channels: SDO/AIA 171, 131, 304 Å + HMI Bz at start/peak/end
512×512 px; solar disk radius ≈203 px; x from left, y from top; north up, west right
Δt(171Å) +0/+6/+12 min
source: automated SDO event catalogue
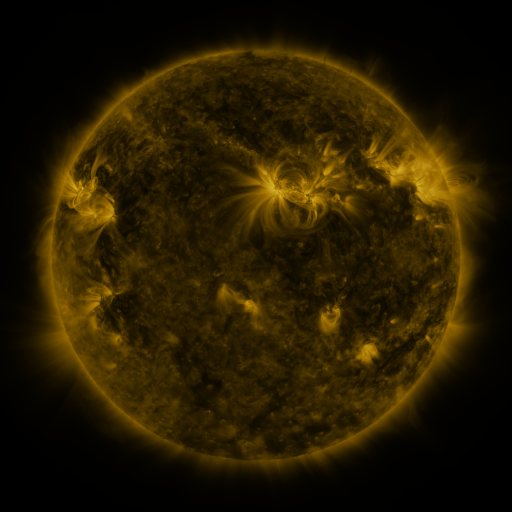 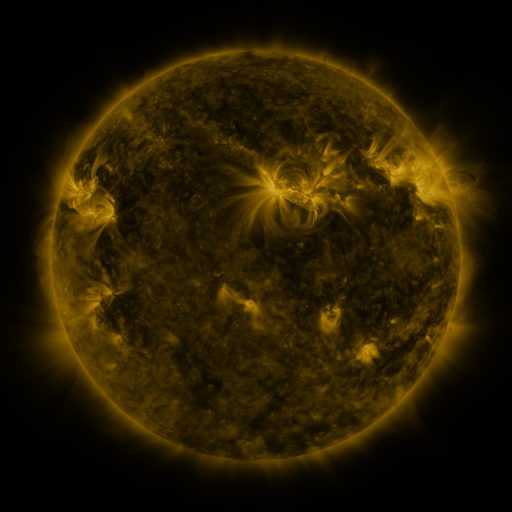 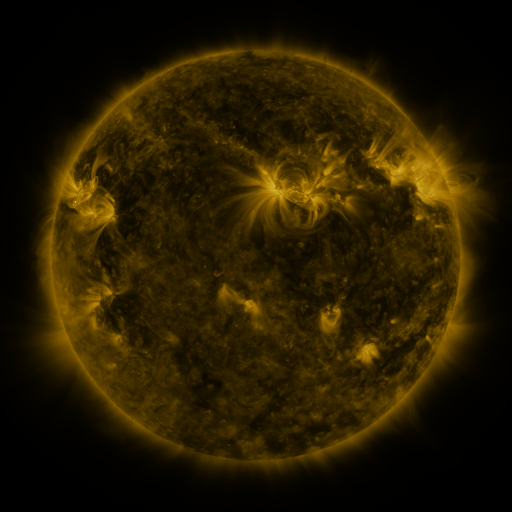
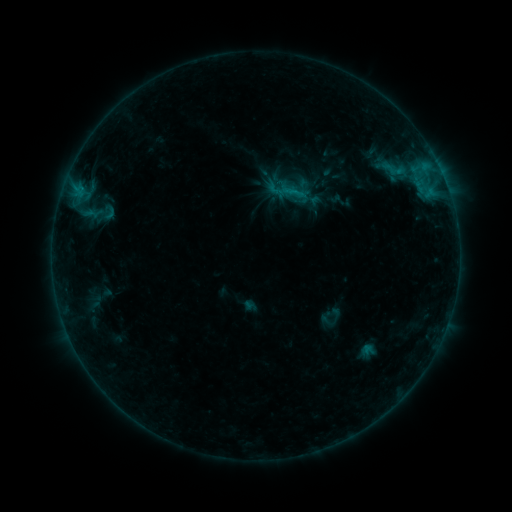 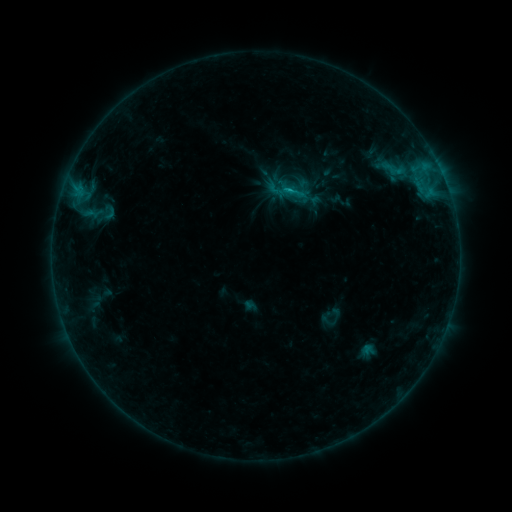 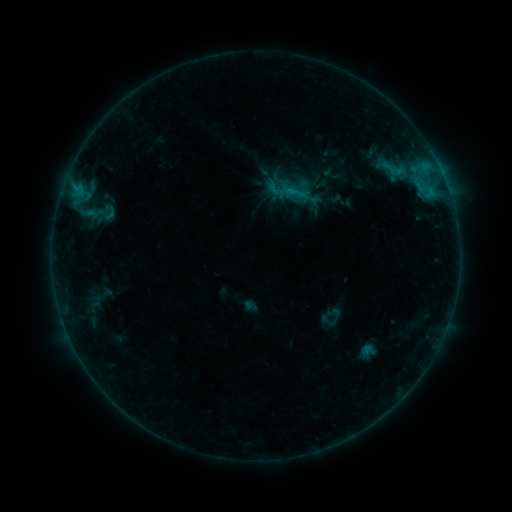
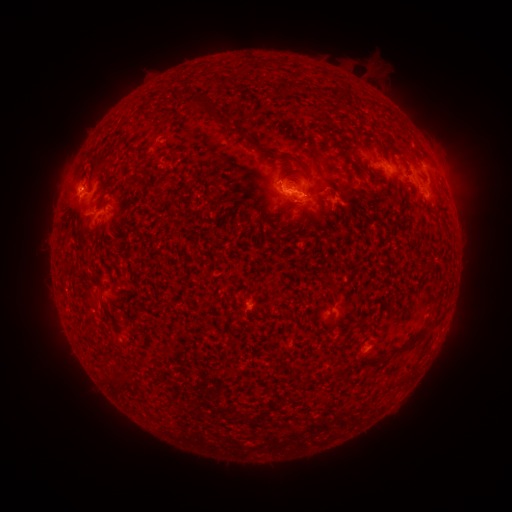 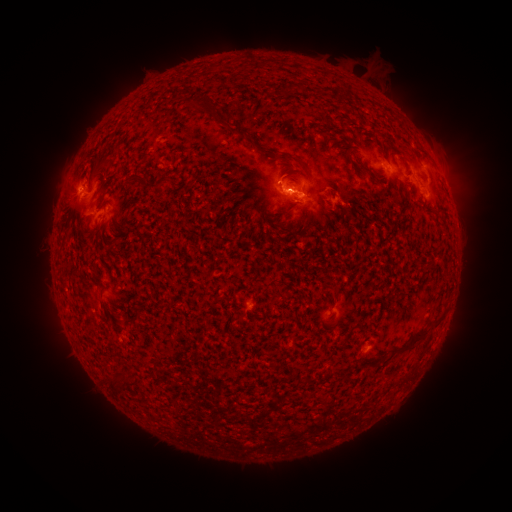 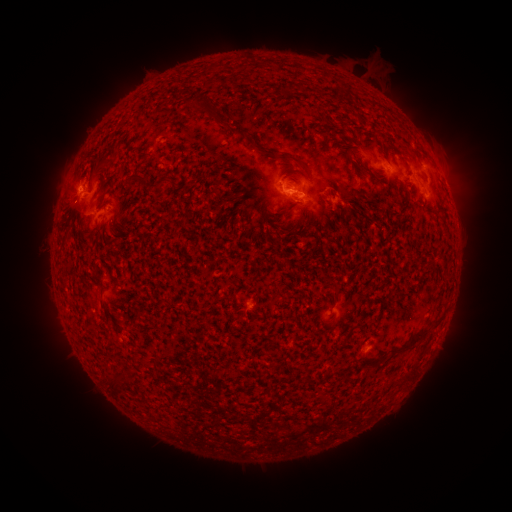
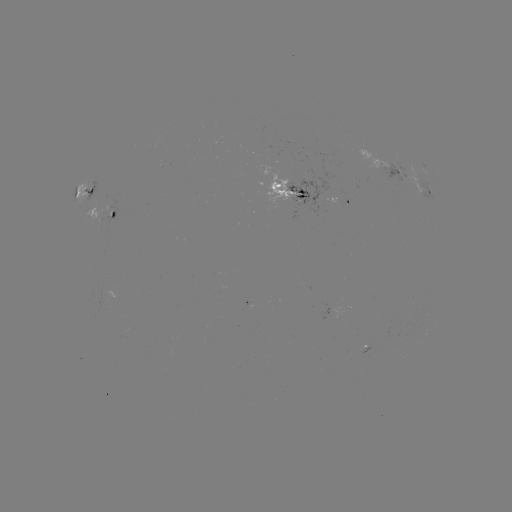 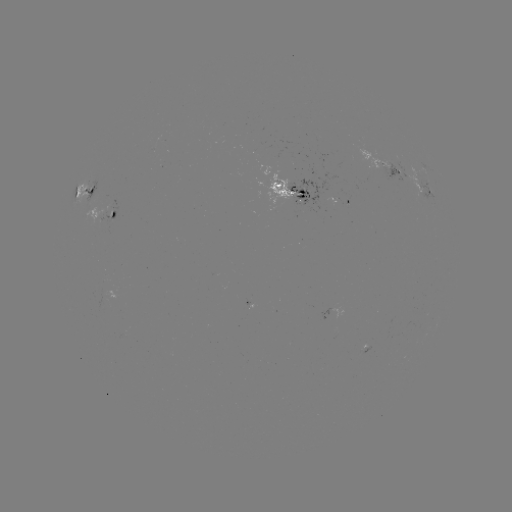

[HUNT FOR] B9.8 flare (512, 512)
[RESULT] (276, 180)